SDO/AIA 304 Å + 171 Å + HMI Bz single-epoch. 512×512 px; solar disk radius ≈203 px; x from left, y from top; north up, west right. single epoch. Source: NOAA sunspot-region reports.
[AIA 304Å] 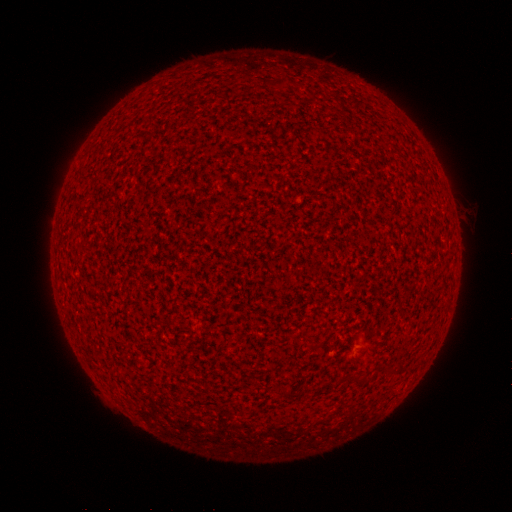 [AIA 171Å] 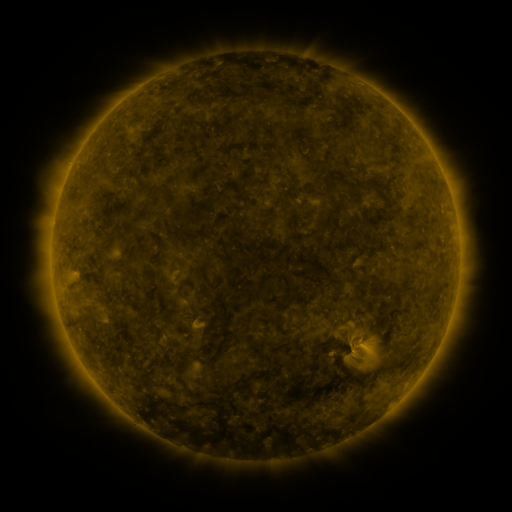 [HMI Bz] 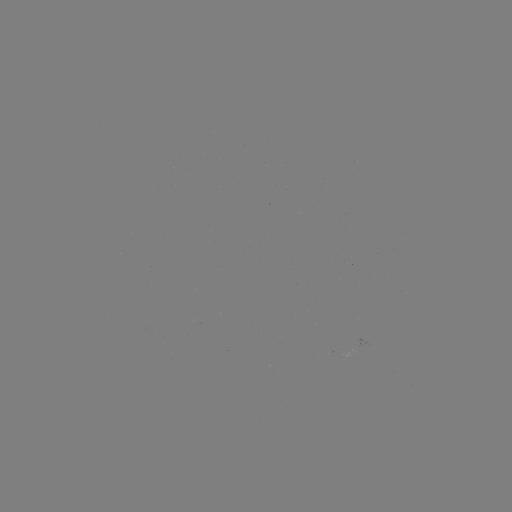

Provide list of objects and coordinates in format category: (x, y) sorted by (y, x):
(none)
